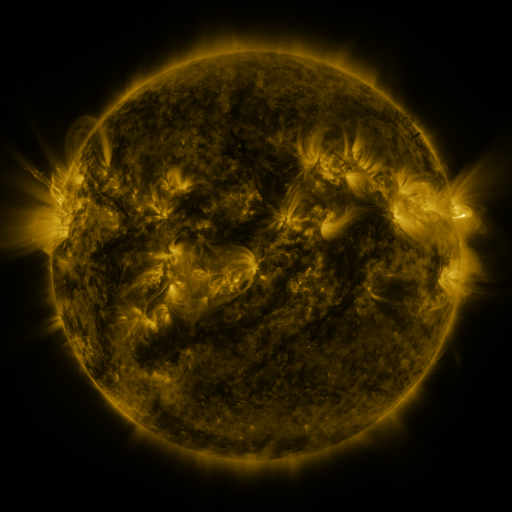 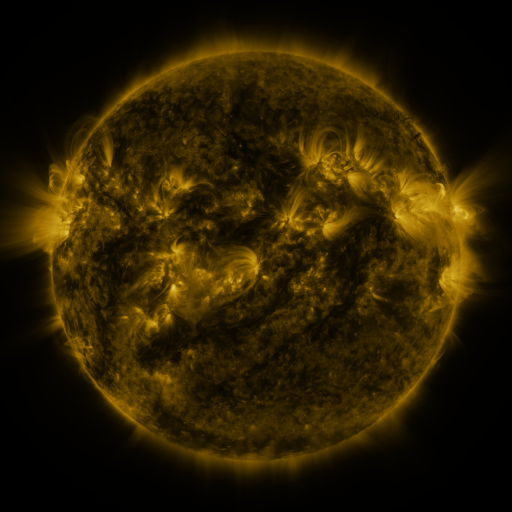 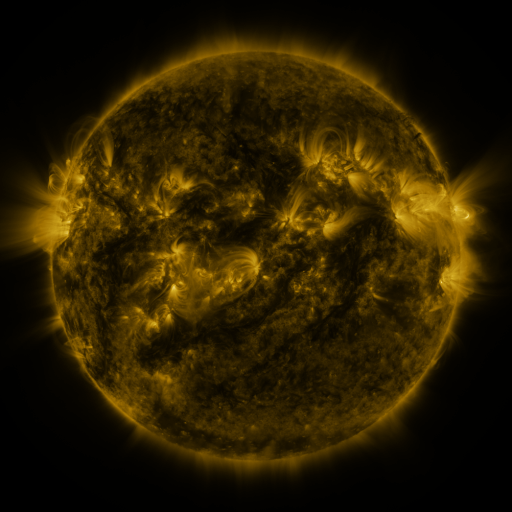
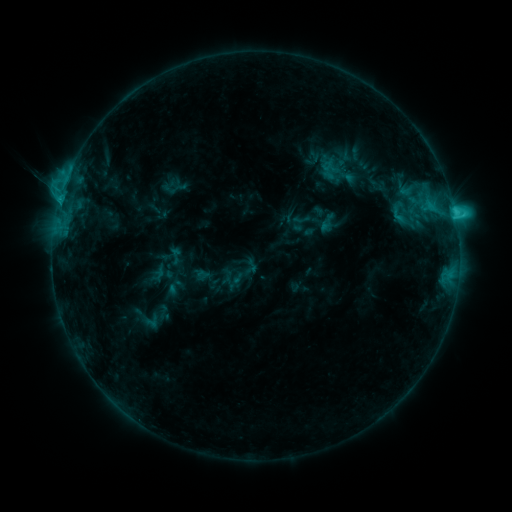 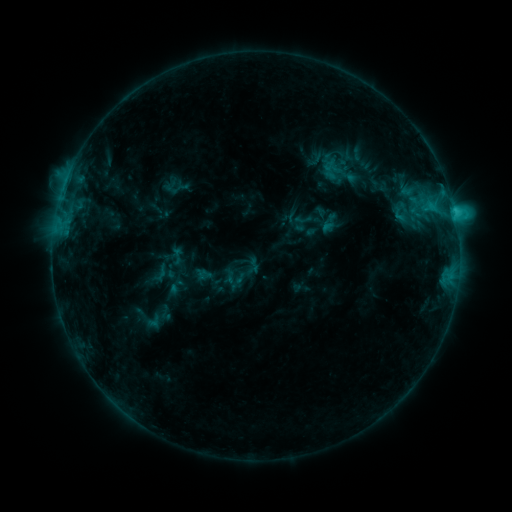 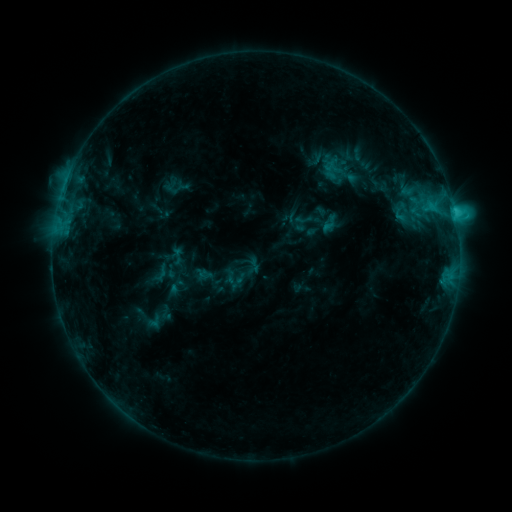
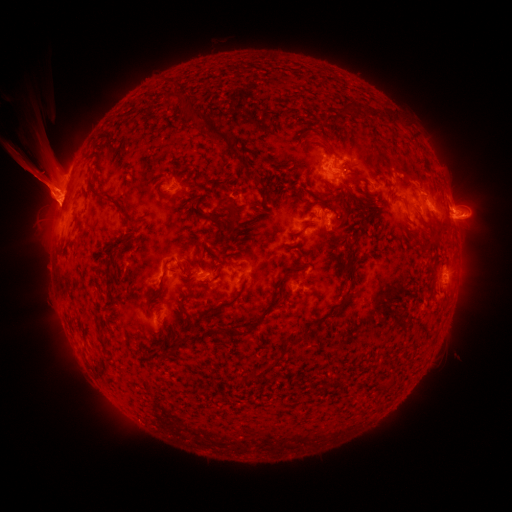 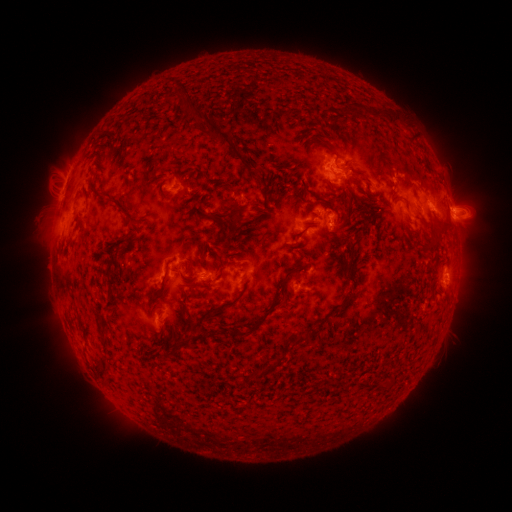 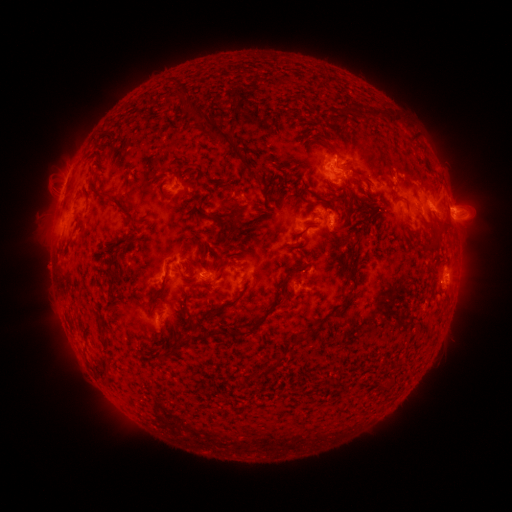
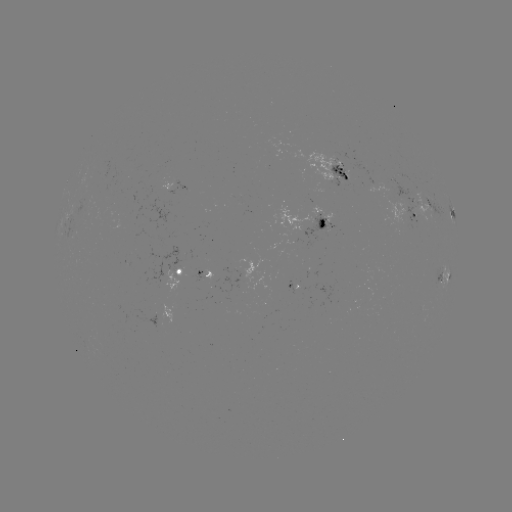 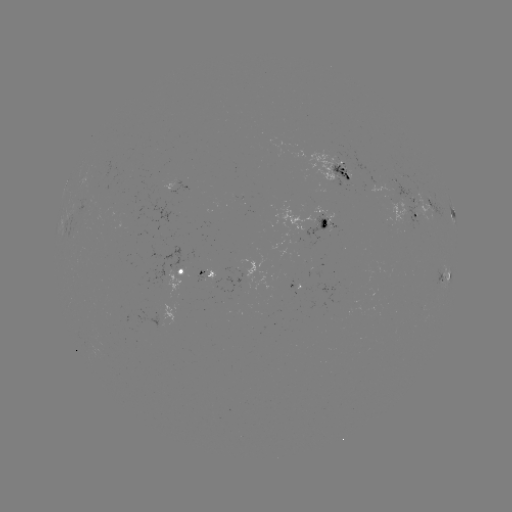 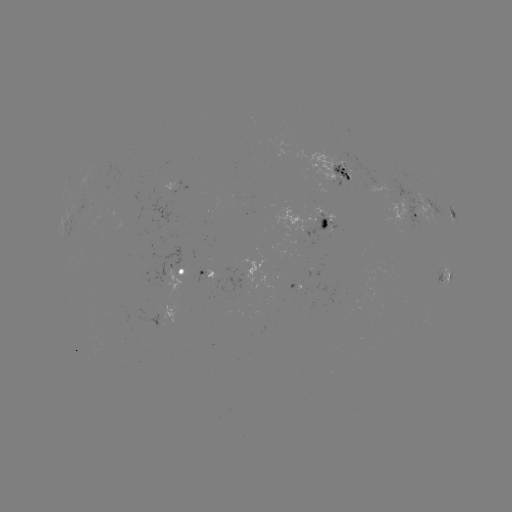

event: emerging-flux region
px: (346, 172)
